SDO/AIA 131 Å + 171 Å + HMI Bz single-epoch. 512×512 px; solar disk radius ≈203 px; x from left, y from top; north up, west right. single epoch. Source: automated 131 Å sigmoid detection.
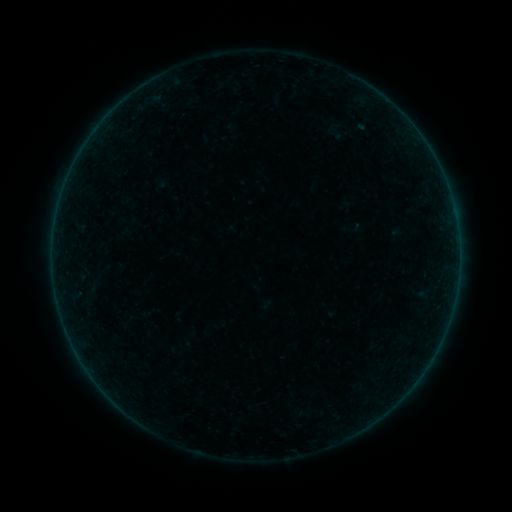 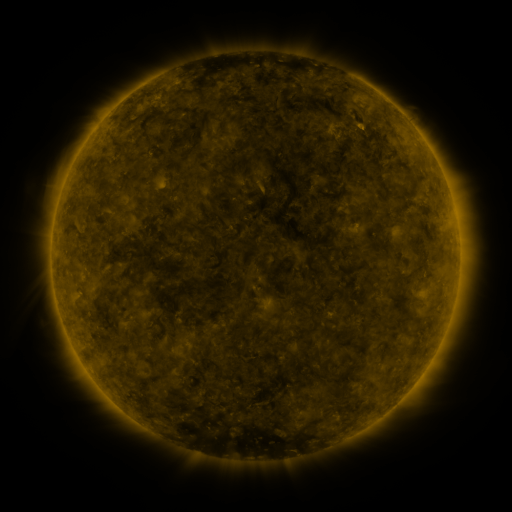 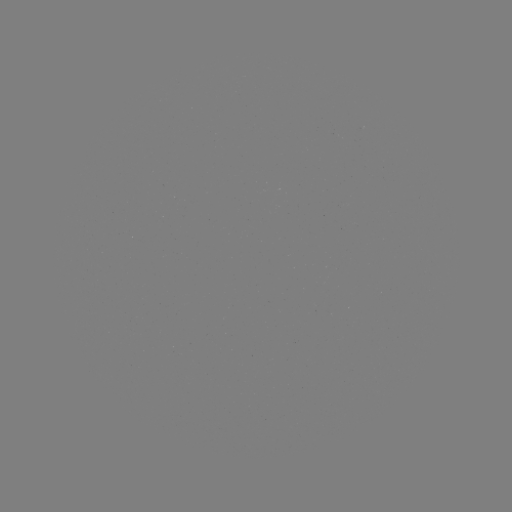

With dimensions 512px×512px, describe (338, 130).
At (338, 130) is sigmoid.